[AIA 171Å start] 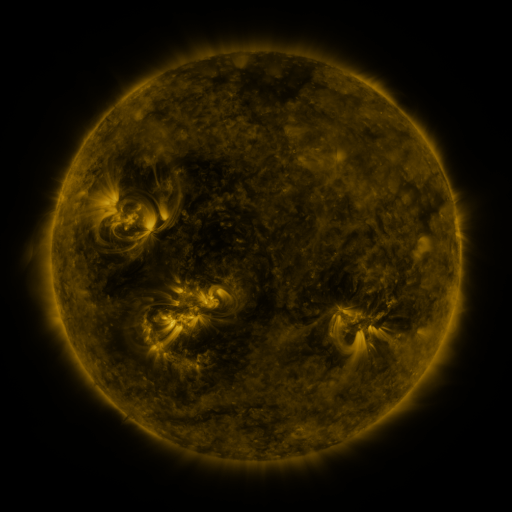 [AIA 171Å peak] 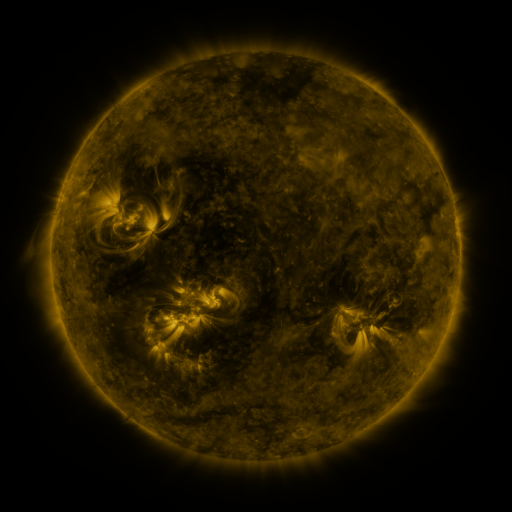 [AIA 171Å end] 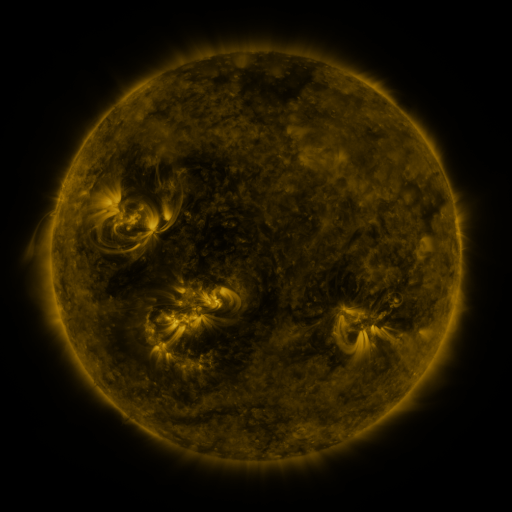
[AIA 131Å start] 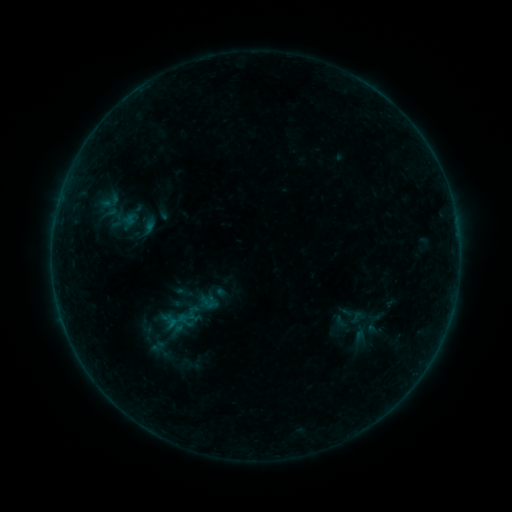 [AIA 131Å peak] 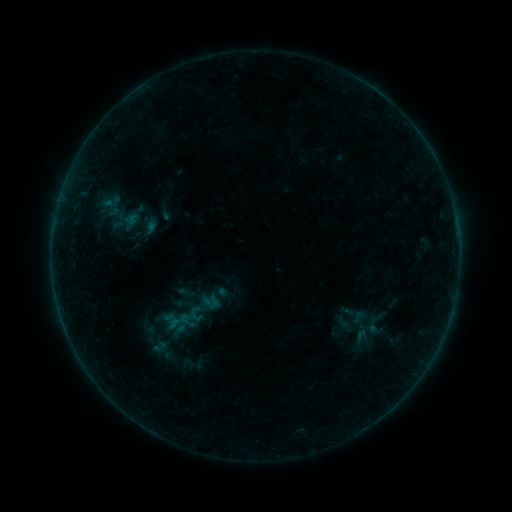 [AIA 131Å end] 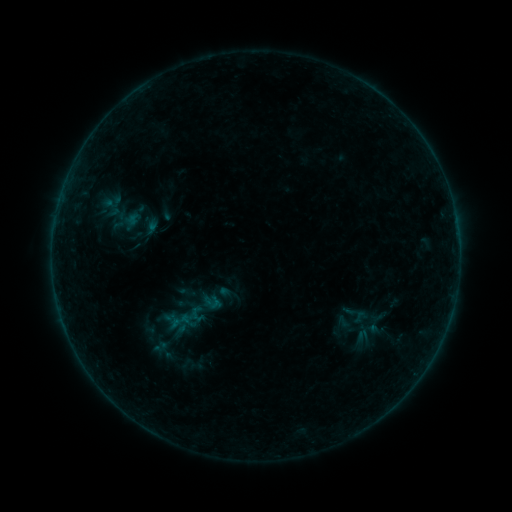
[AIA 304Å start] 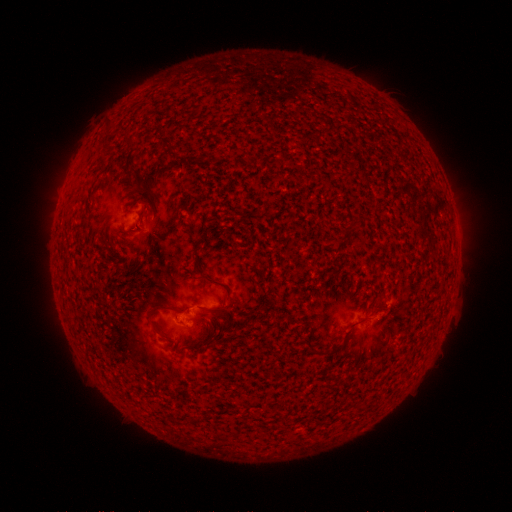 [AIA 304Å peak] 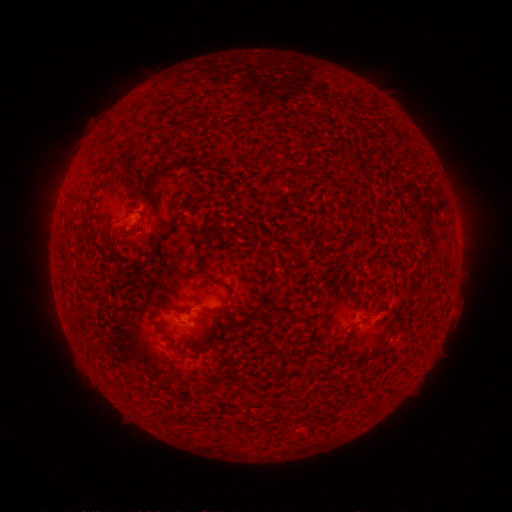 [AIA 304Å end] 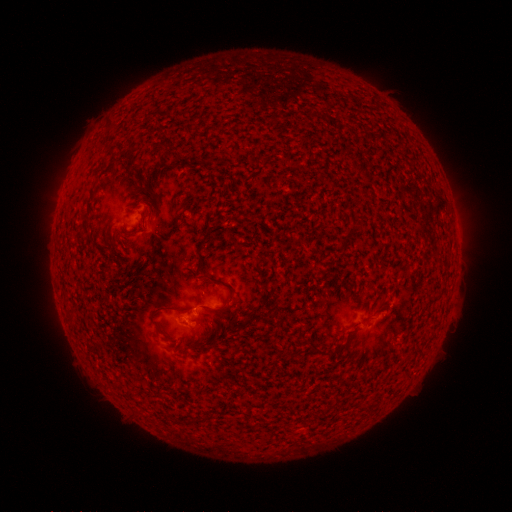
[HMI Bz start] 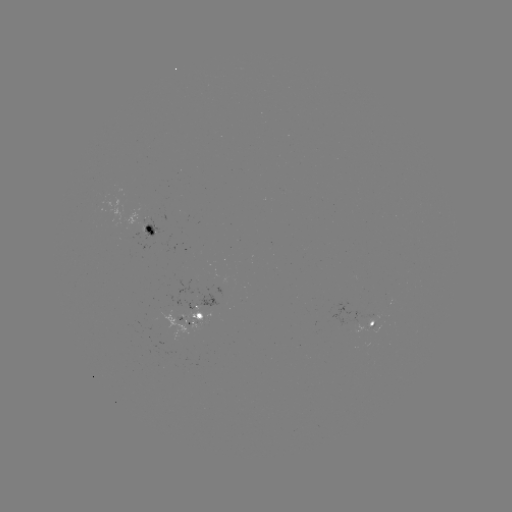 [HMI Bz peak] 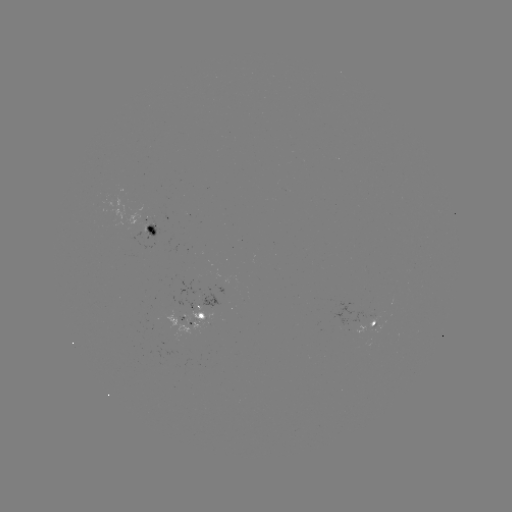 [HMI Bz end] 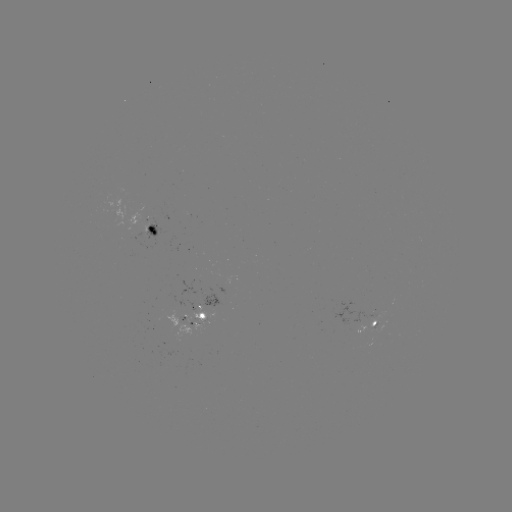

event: emerging-flux region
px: (364, 328)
